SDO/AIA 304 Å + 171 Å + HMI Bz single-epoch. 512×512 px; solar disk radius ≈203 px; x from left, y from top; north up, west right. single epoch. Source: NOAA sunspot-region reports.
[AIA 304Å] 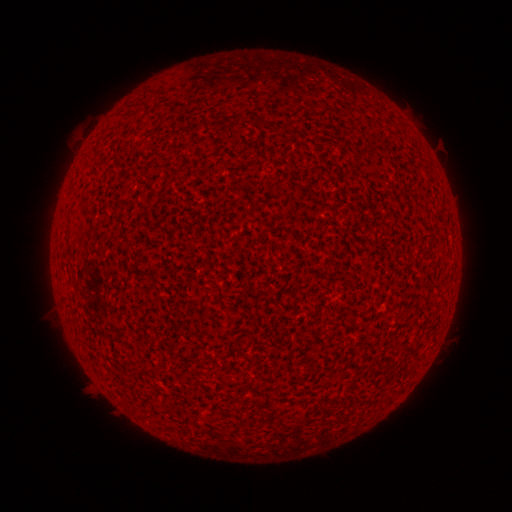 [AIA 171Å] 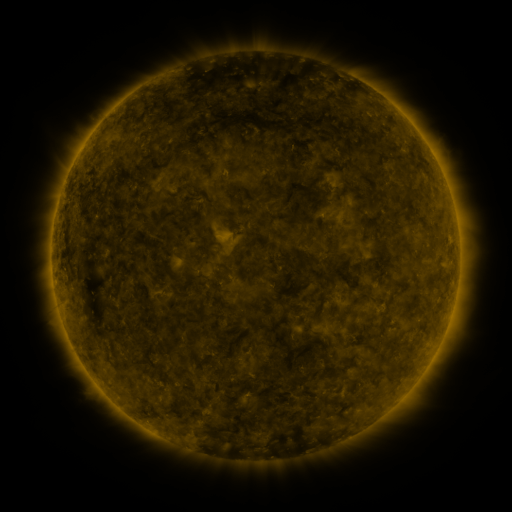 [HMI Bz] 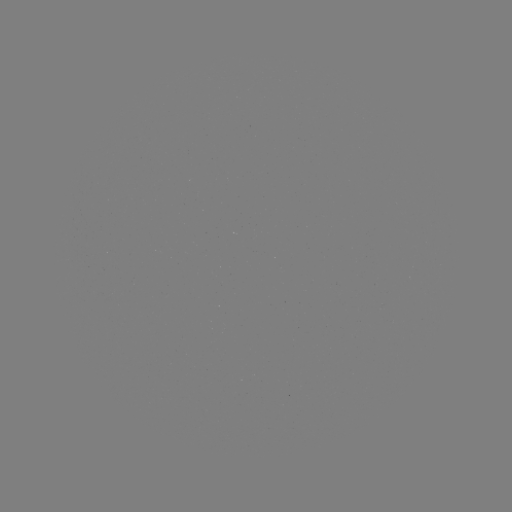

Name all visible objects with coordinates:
(none)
